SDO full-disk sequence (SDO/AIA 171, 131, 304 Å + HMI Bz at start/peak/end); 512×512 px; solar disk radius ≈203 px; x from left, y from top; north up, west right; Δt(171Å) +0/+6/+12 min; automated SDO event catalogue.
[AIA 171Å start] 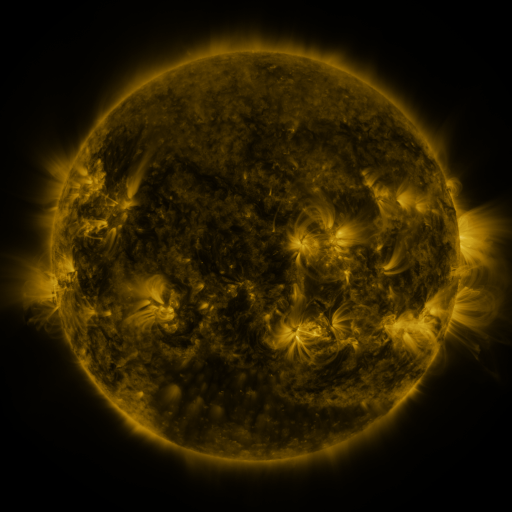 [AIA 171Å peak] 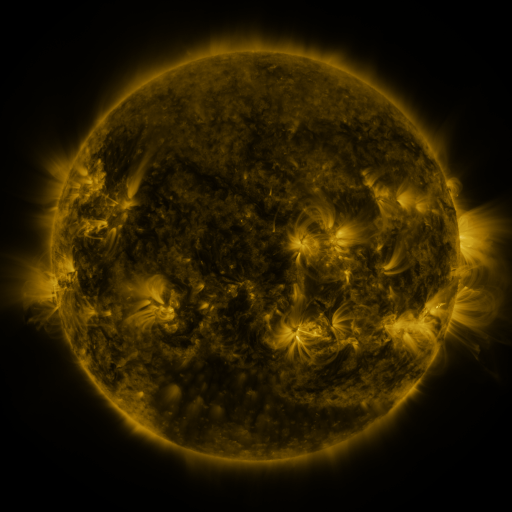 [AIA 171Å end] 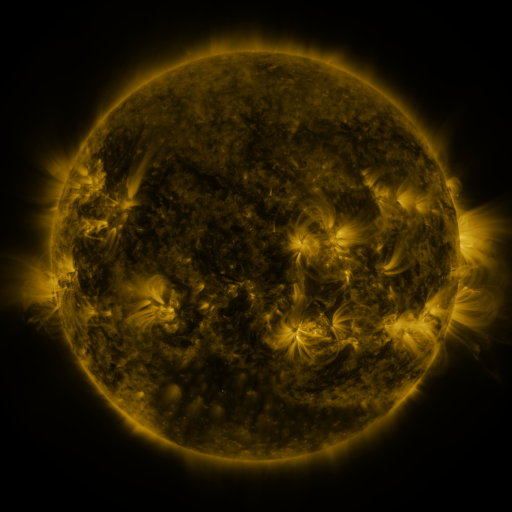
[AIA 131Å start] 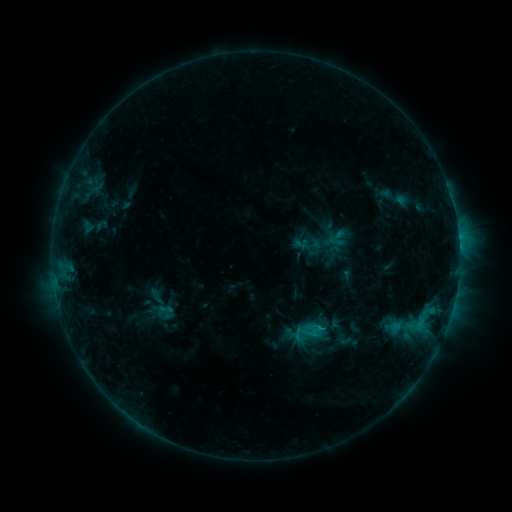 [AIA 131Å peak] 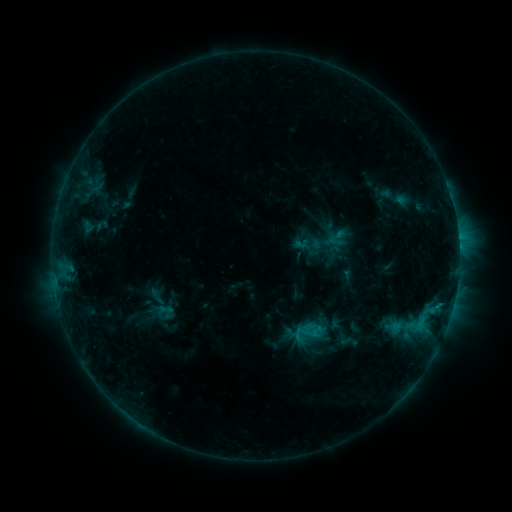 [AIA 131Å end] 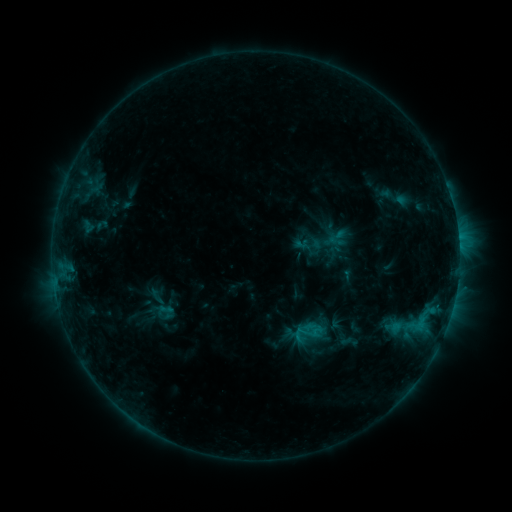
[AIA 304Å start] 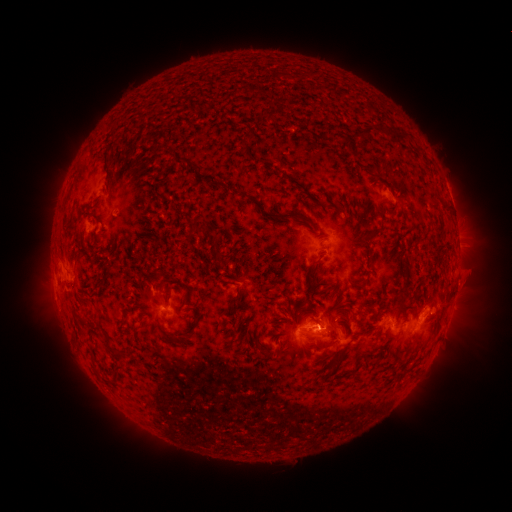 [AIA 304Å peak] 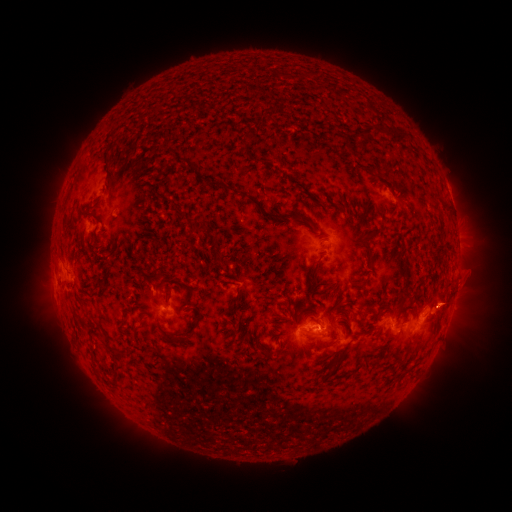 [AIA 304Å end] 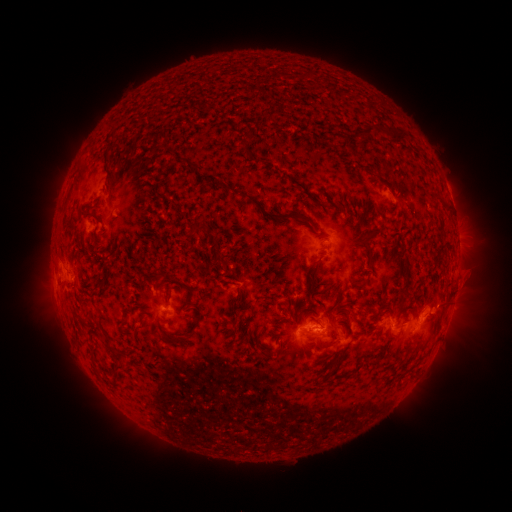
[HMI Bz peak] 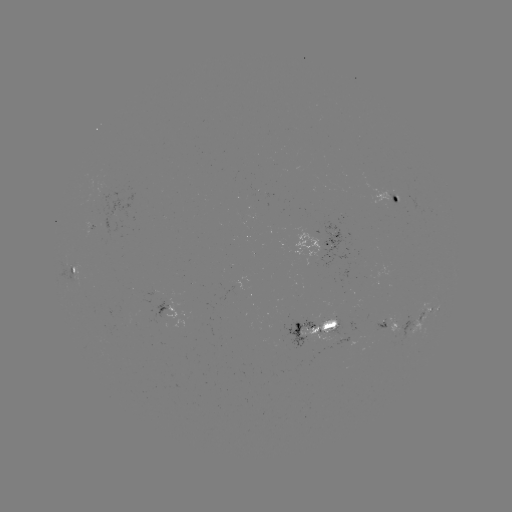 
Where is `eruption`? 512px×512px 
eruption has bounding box [424, 277, 470, 322].